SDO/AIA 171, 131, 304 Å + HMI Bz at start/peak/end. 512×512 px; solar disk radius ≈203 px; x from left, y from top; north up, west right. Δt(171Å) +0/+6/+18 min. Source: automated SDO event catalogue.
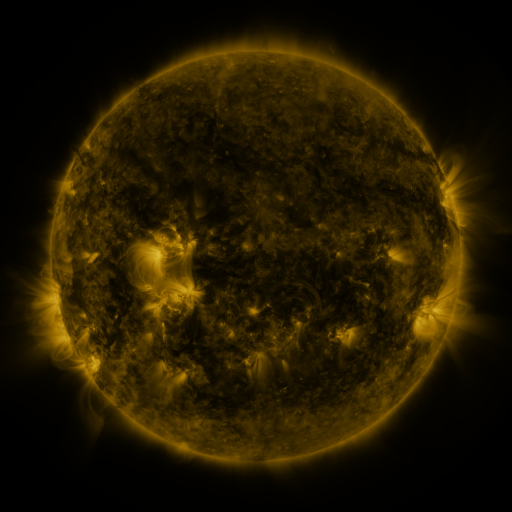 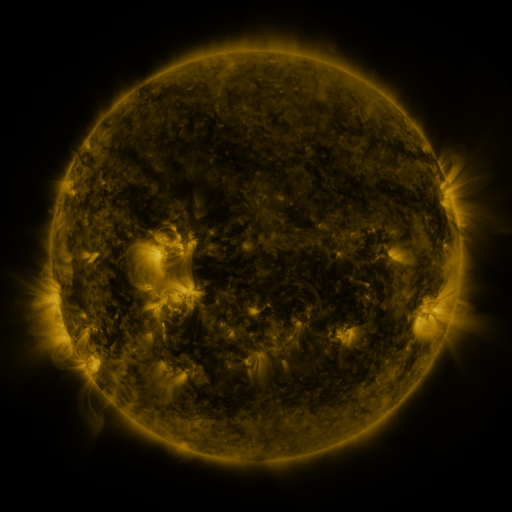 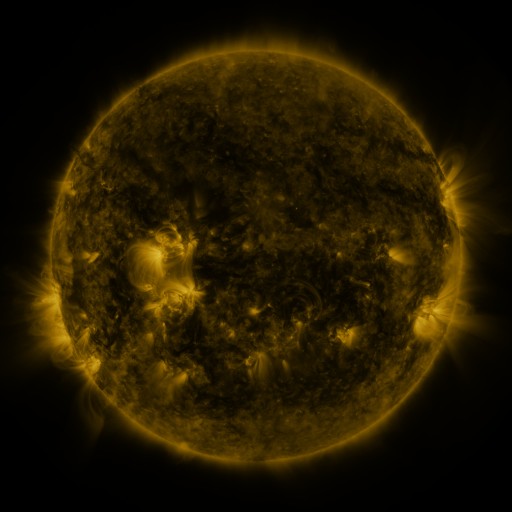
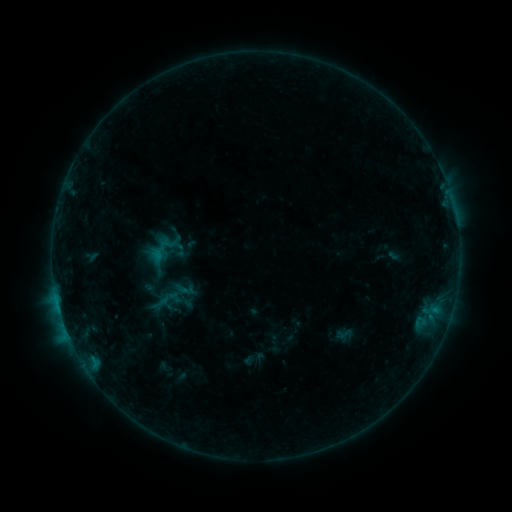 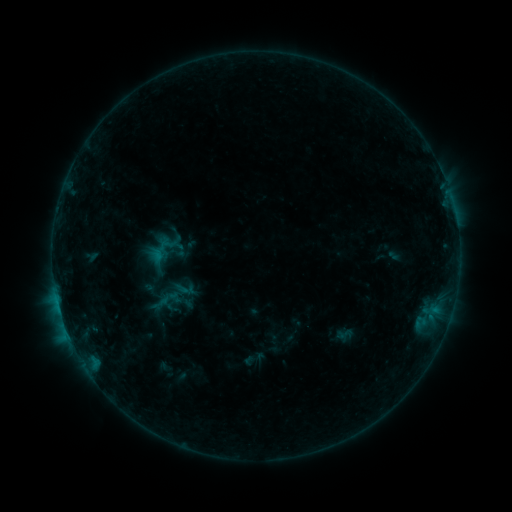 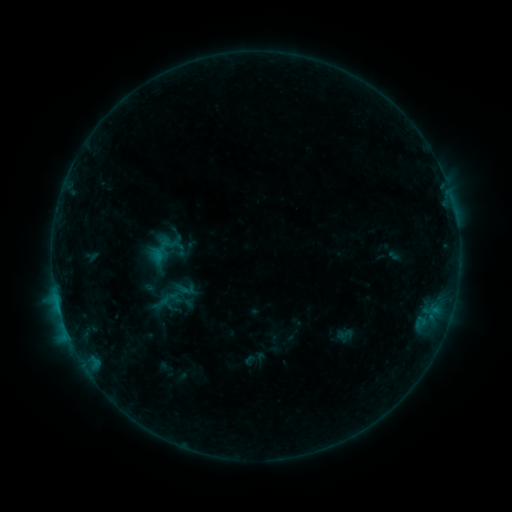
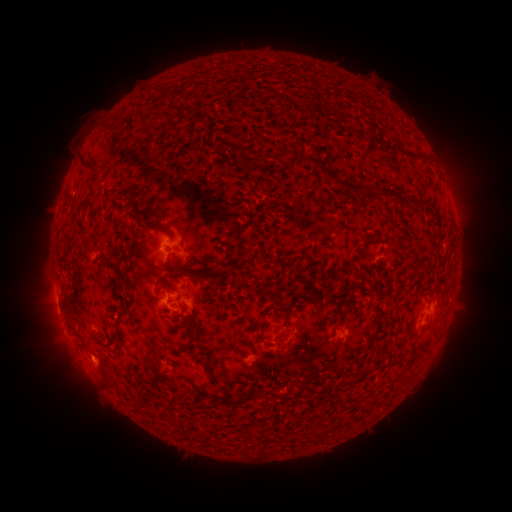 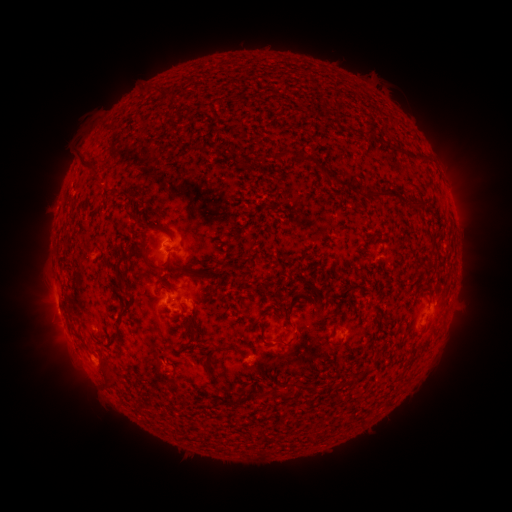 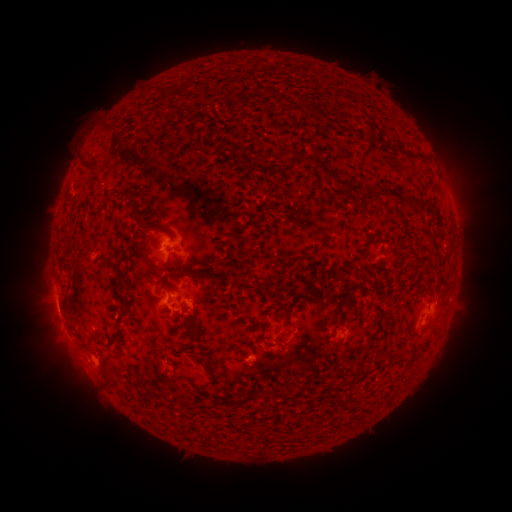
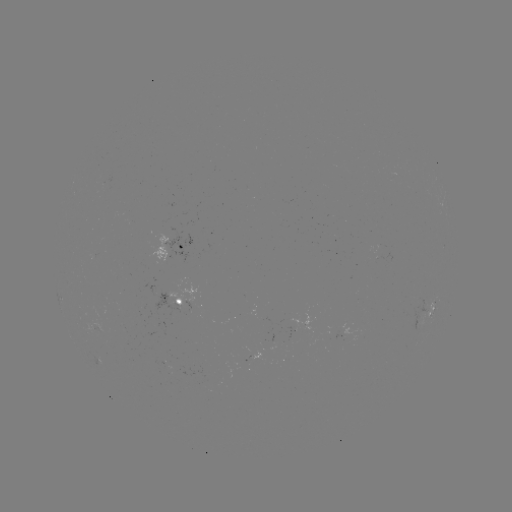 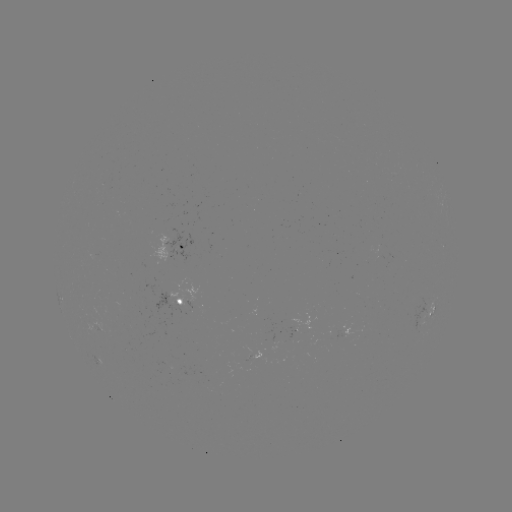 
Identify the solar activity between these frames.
no flare in any classed list; no EUV-trigger detection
